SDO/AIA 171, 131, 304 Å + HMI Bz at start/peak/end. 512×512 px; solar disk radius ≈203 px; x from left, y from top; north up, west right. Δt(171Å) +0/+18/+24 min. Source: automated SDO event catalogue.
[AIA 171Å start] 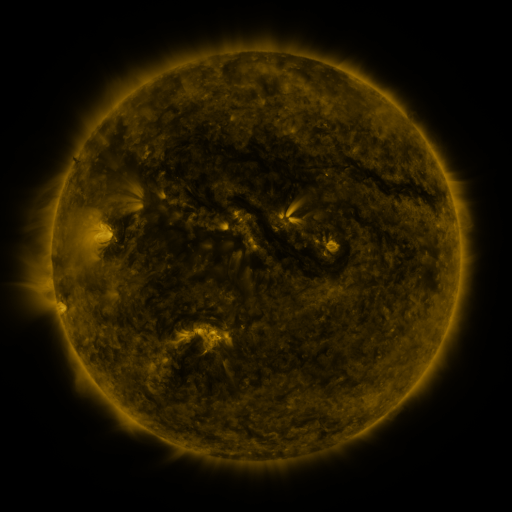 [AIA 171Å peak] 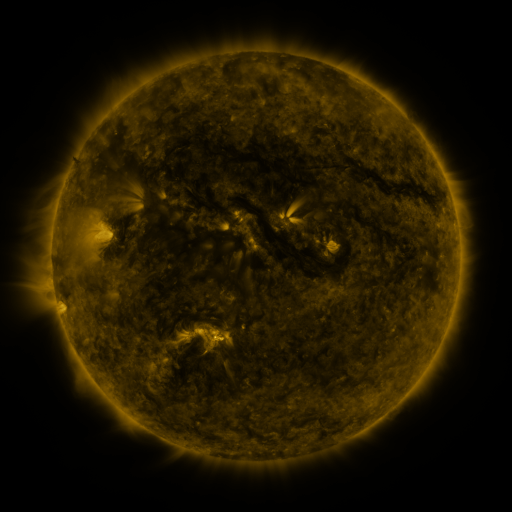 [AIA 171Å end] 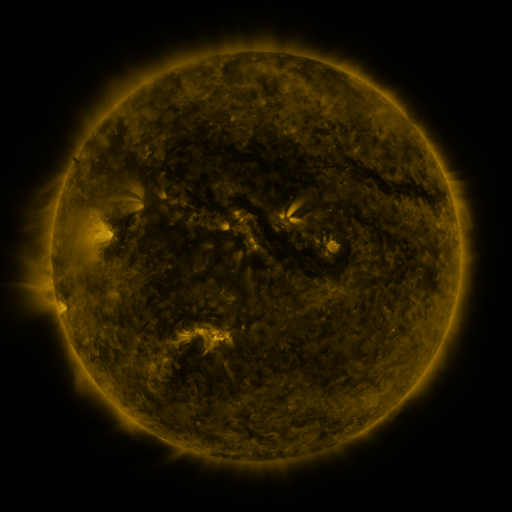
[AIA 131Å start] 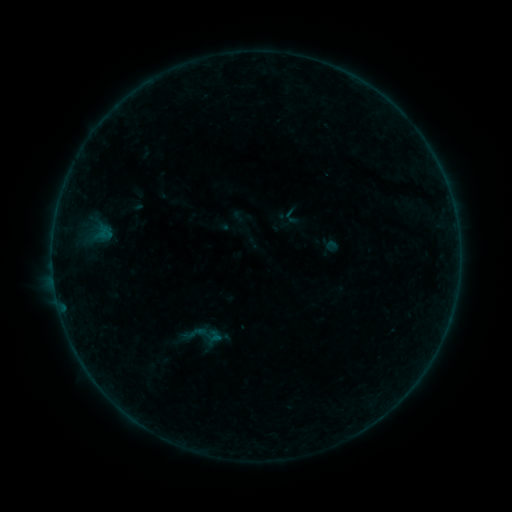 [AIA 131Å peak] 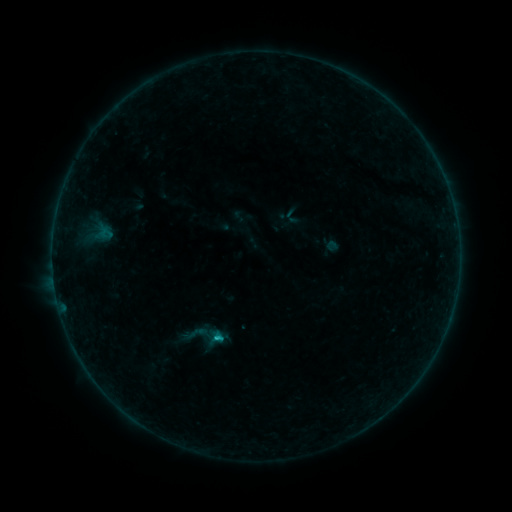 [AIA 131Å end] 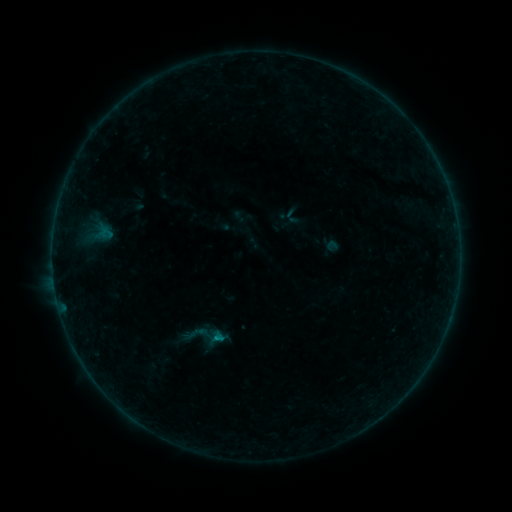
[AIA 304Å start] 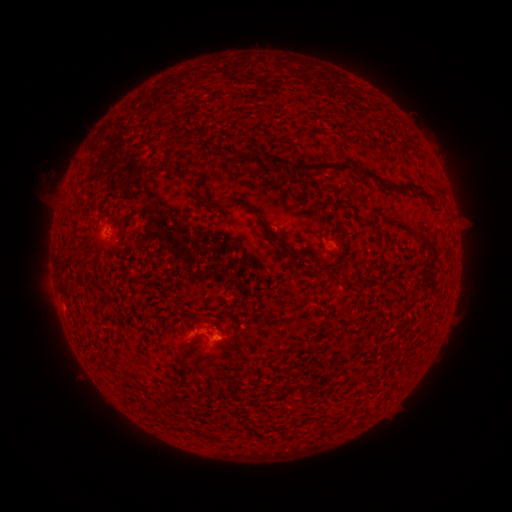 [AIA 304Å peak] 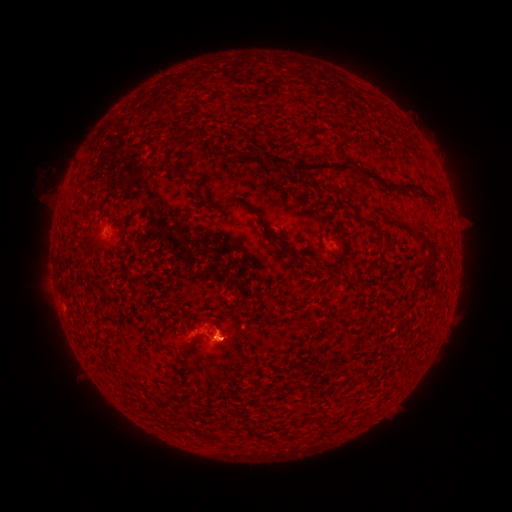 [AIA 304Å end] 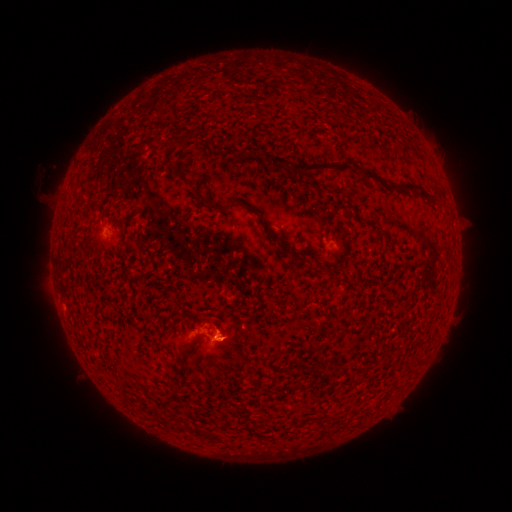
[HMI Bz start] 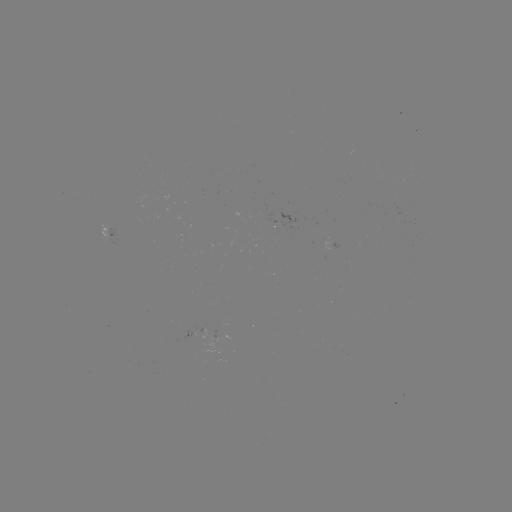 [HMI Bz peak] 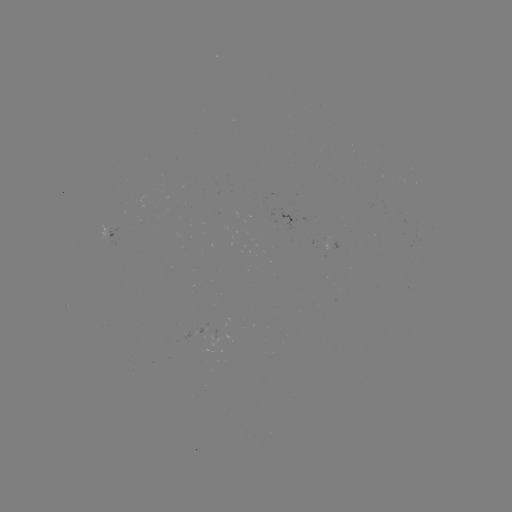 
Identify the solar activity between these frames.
B5.3 flare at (218, 337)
